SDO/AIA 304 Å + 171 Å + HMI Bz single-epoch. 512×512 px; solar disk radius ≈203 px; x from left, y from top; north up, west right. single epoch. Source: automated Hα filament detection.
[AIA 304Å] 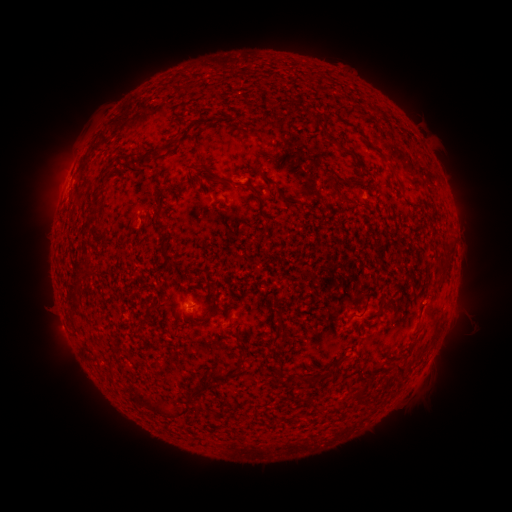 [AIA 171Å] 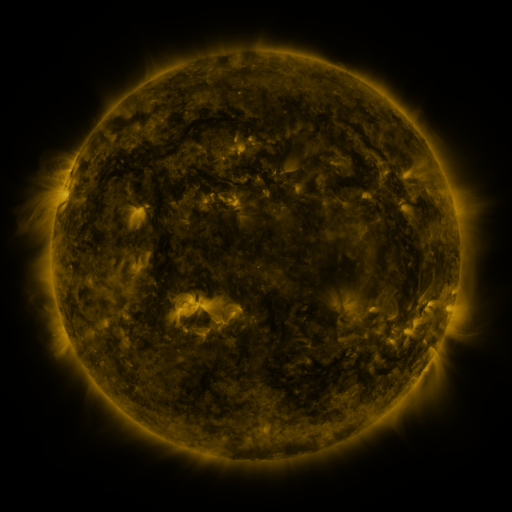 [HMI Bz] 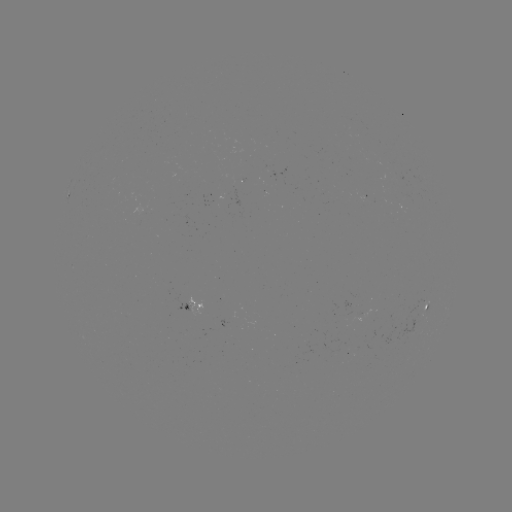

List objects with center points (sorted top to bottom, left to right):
filament: (189, 87)
filament: (315, 121)
filament: (177, 137)
filament: (259, 137)
filament: (257, 157)
filament: (142, 162)
filament: (393, 170)
filament: (263, 175)
filament: (217, 178)
filament: (352, 182)
filament: (257, 191)
filament: (339, 192)
filament: (285, 199)
filament: (100, 218)
filament: (162, 226)
filament: (449, 249)
filament: (167, 259)
filament: (444, 270)
filament: (366, 303)
filament: (353, 315)
filament: (138, 331)
filament: (277, 337)
filament: (239, 342)
filament: (400, 370)
filament: (226, 376)
filament: (279, 376)
filament: (313, 377)
filament: (196, 392)
filament: (358, 394)
filament: (314, 402)
filament: (163, 410)
